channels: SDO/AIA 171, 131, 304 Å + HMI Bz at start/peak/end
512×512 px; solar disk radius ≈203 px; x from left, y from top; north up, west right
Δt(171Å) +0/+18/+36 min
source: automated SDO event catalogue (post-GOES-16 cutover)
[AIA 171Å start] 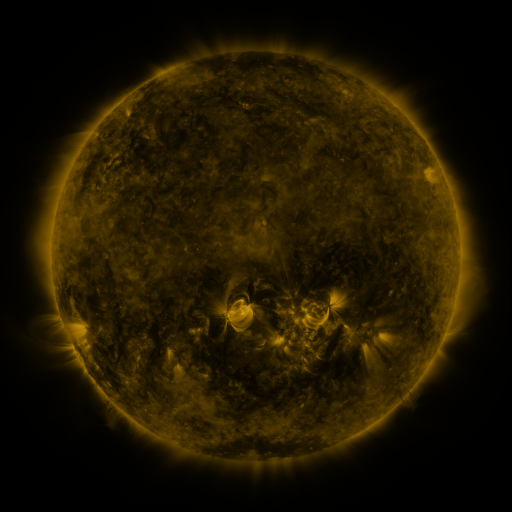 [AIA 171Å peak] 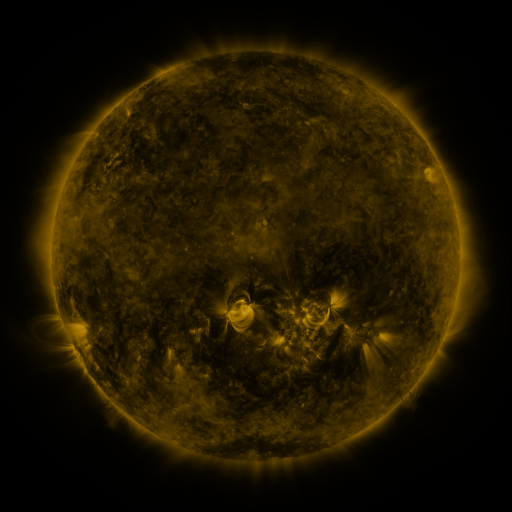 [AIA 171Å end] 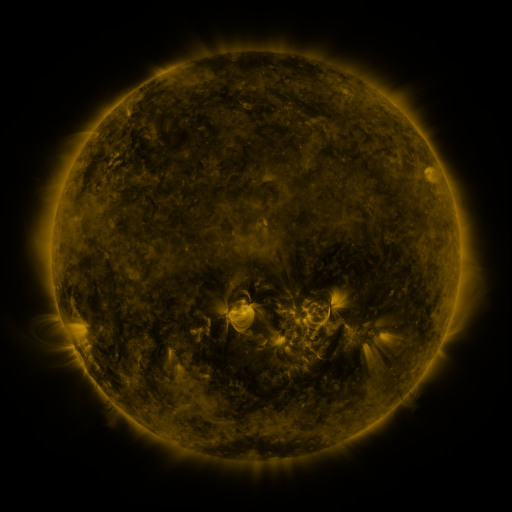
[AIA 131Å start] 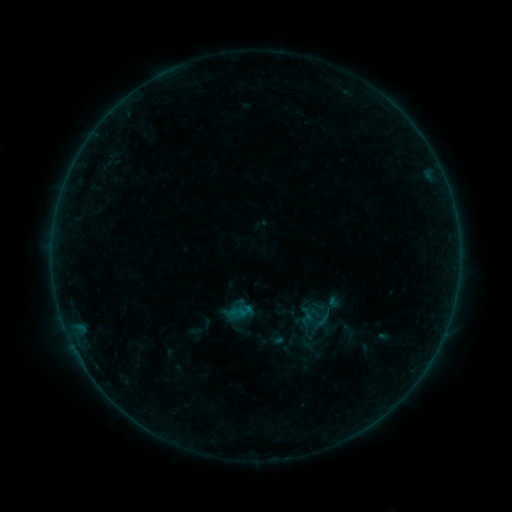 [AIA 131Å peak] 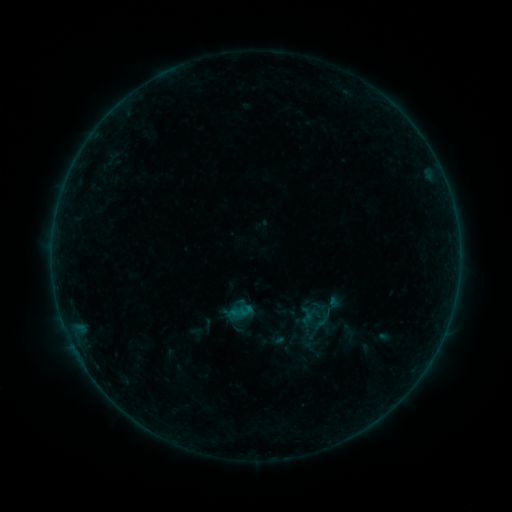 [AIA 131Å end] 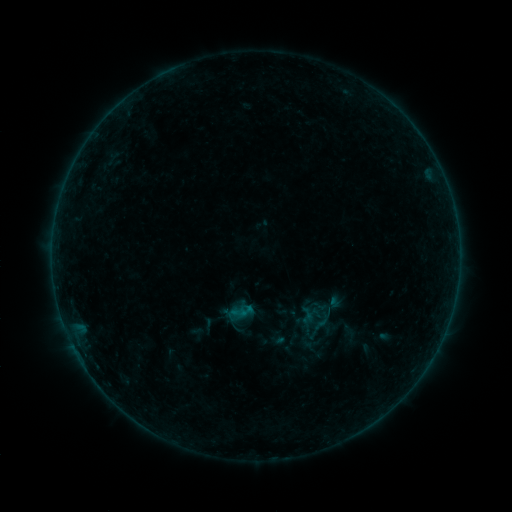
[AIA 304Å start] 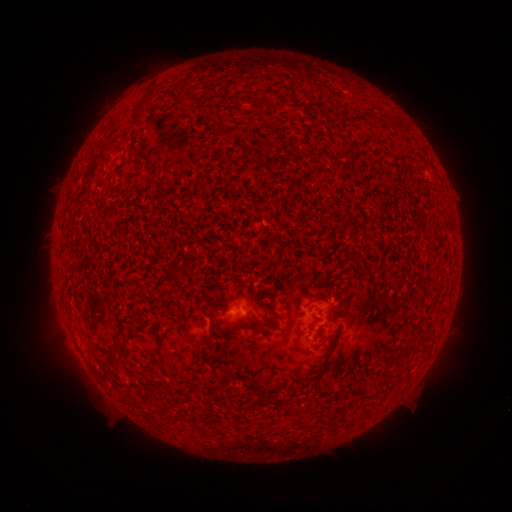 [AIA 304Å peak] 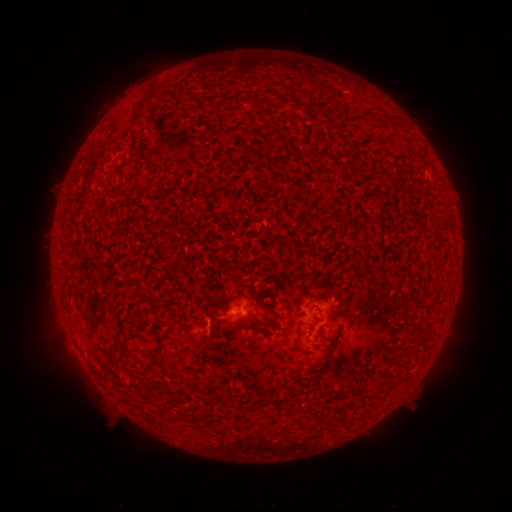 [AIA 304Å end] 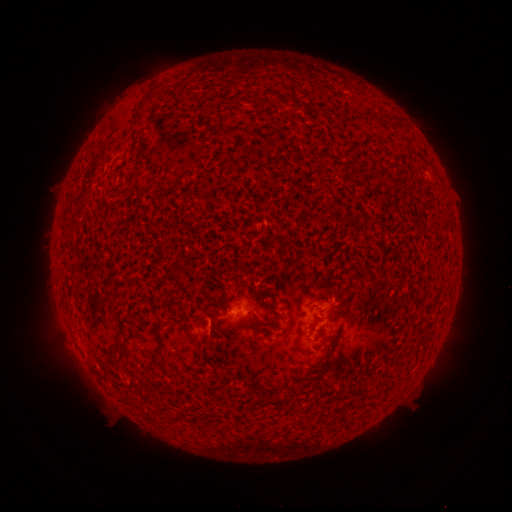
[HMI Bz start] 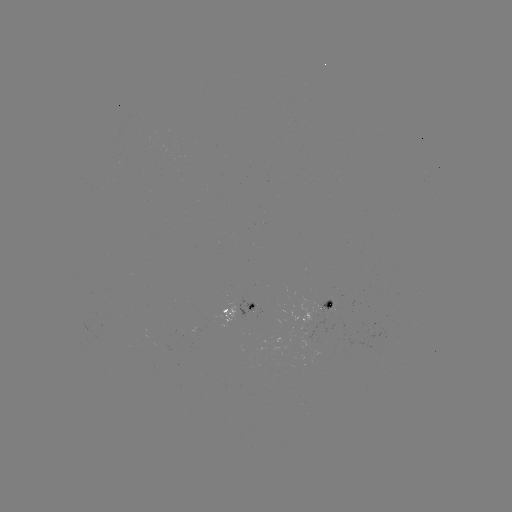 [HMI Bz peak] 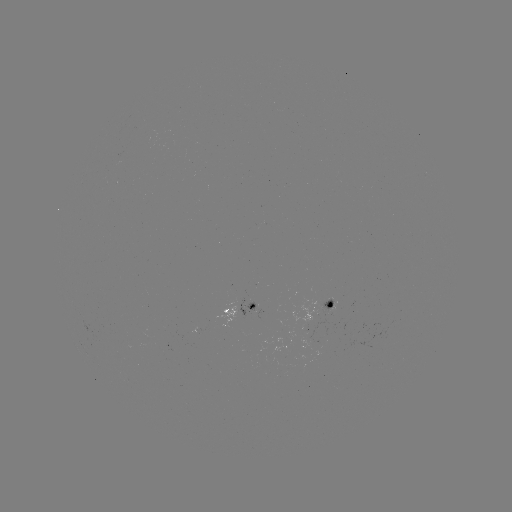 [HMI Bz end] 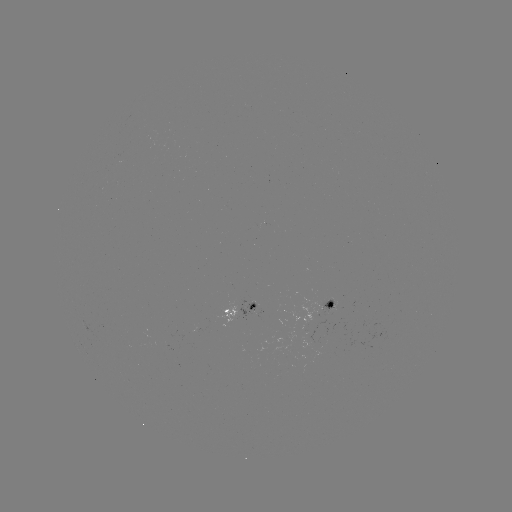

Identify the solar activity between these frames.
B1.3 flare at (239, 313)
